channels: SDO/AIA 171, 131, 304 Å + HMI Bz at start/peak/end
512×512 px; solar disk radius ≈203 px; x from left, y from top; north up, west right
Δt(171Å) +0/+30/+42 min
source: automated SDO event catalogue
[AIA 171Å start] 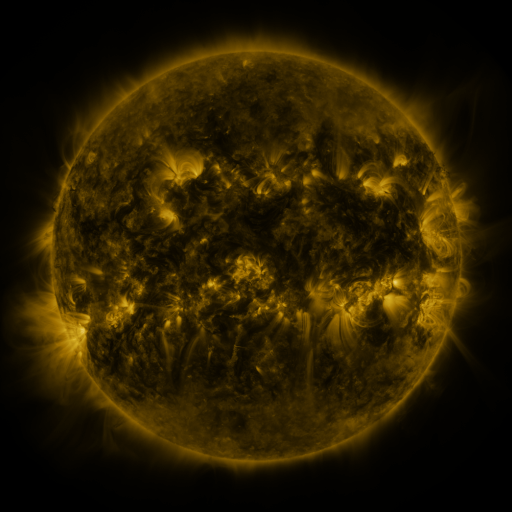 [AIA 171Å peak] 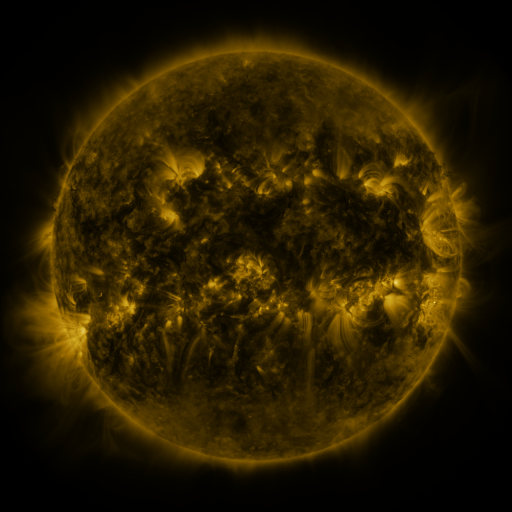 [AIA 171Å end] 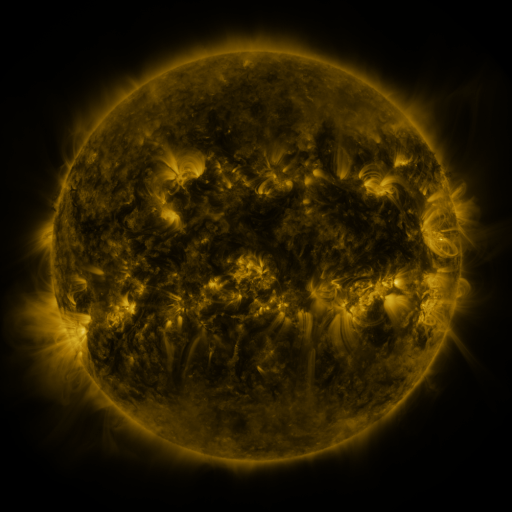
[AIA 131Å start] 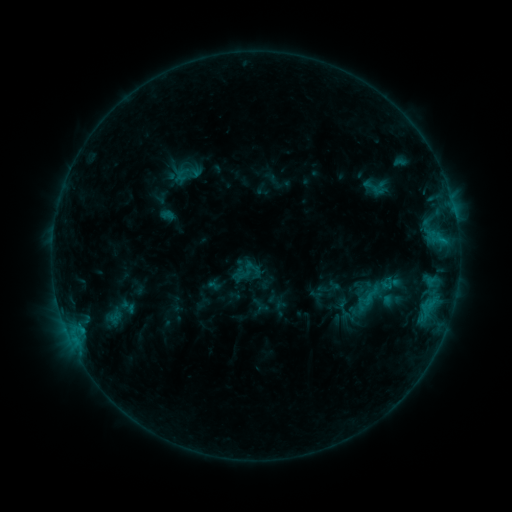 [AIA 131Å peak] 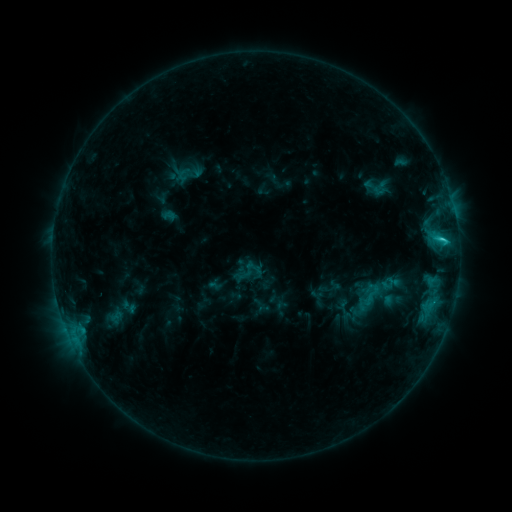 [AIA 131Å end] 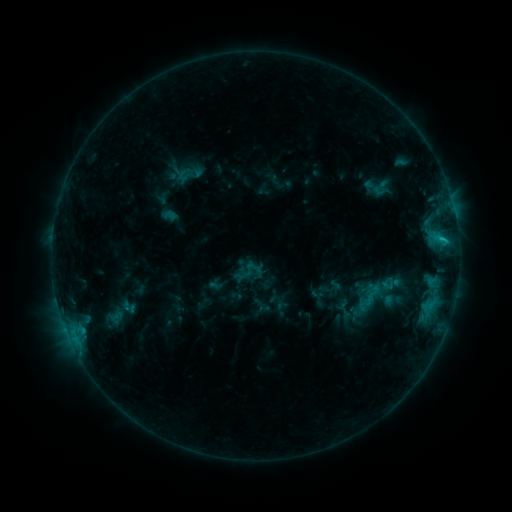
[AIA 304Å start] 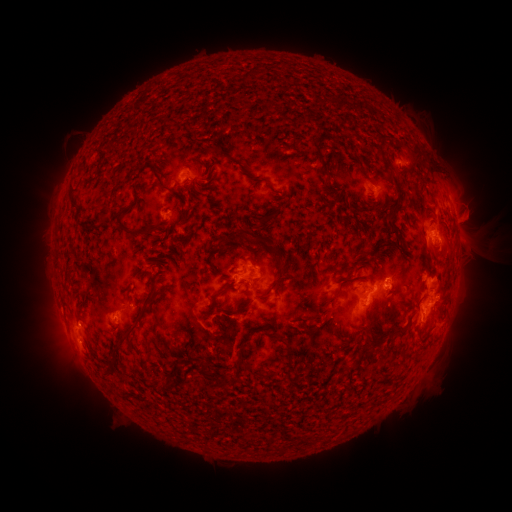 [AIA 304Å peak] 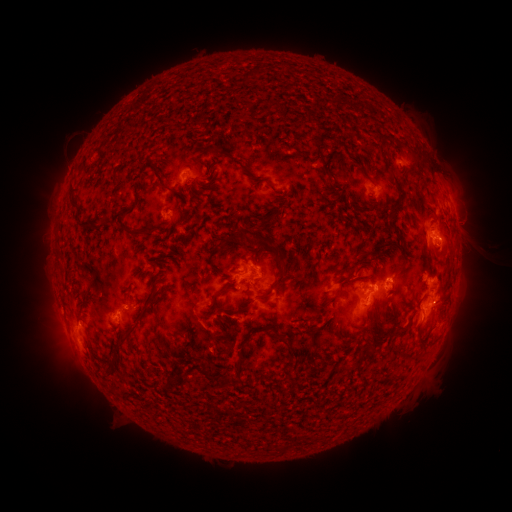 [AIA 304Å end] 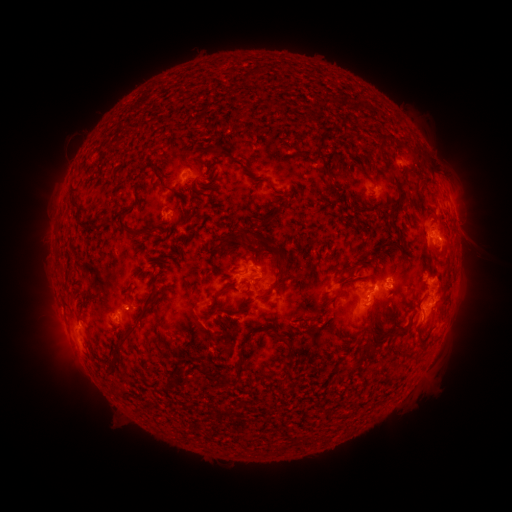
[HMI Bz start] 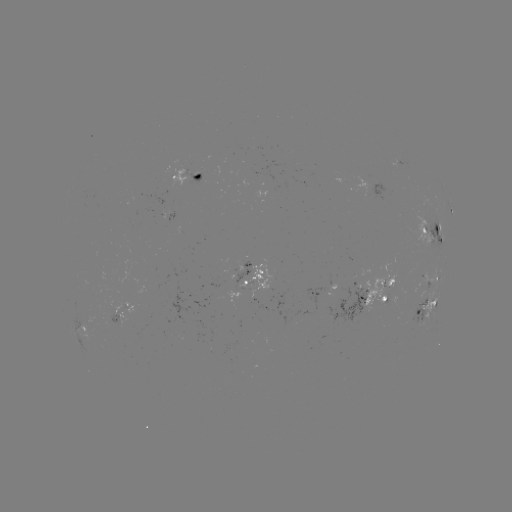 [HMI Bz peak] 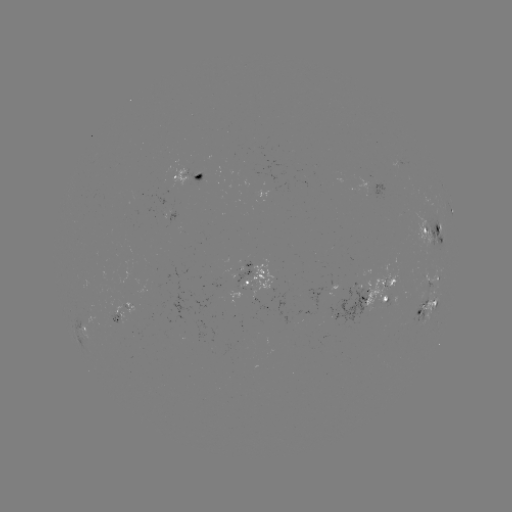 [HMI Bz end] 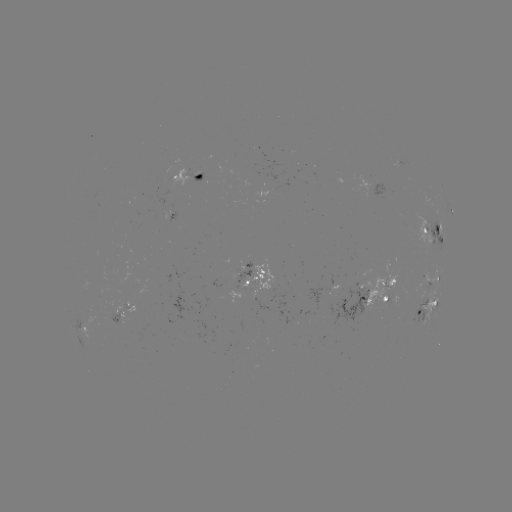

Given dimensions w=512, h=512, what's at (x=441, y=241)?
C1.8 flare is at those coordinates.